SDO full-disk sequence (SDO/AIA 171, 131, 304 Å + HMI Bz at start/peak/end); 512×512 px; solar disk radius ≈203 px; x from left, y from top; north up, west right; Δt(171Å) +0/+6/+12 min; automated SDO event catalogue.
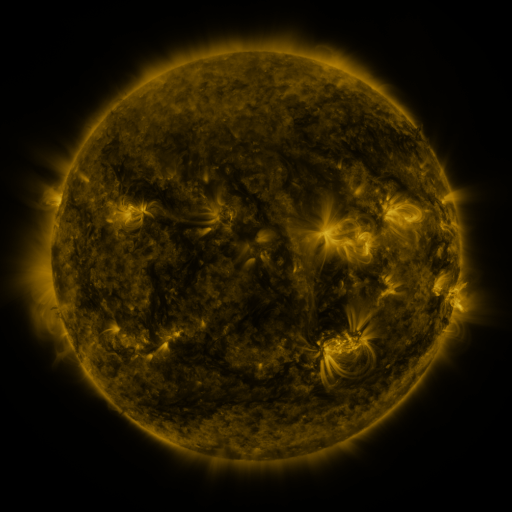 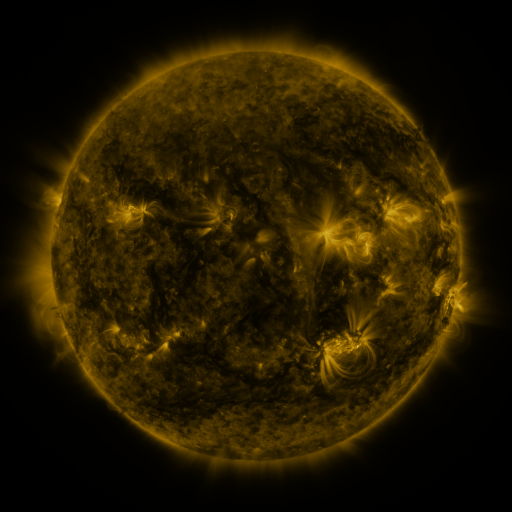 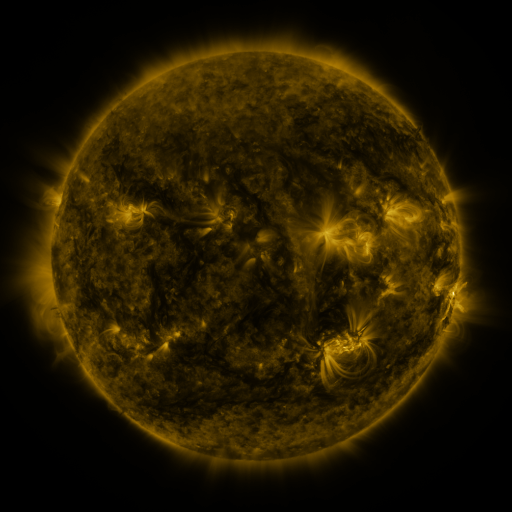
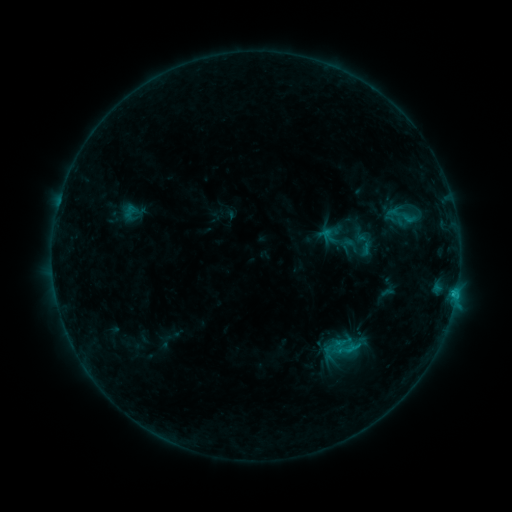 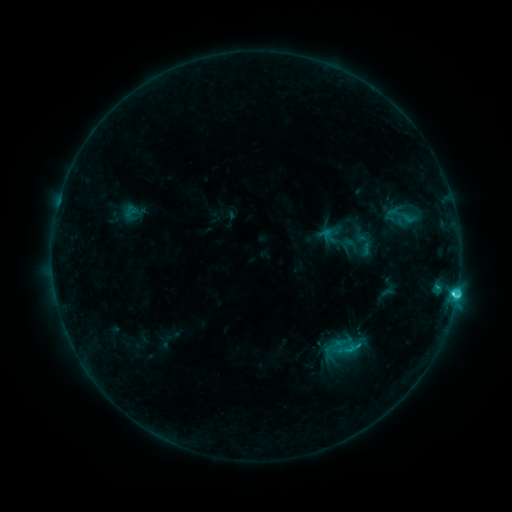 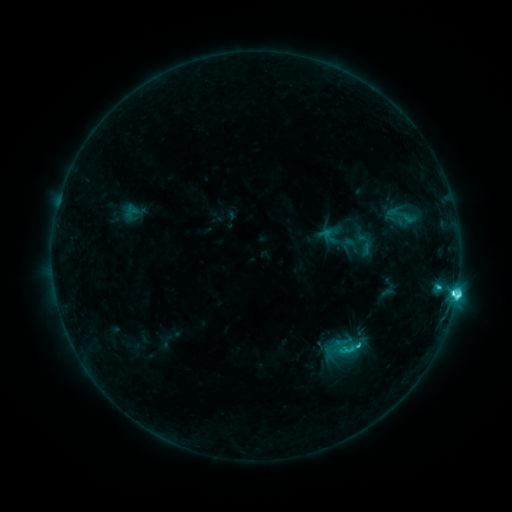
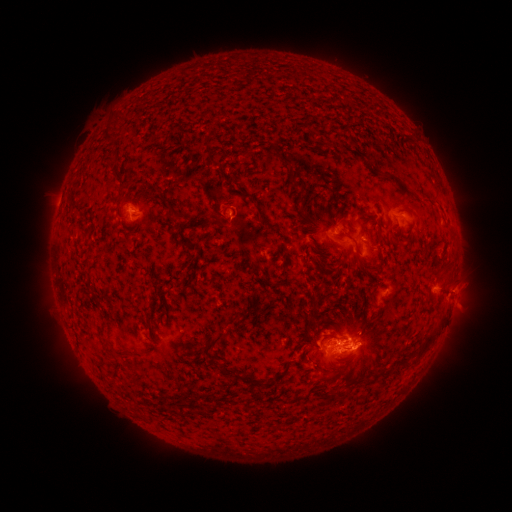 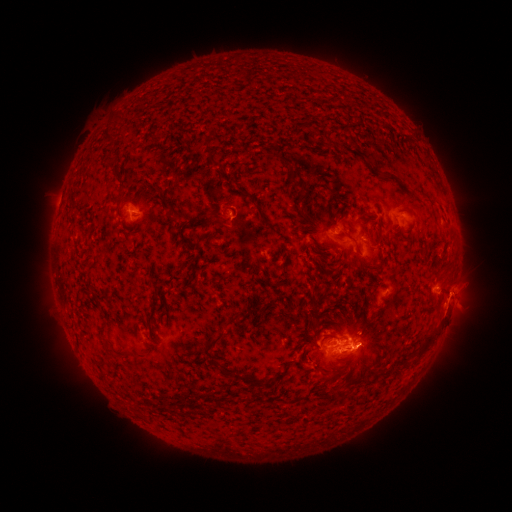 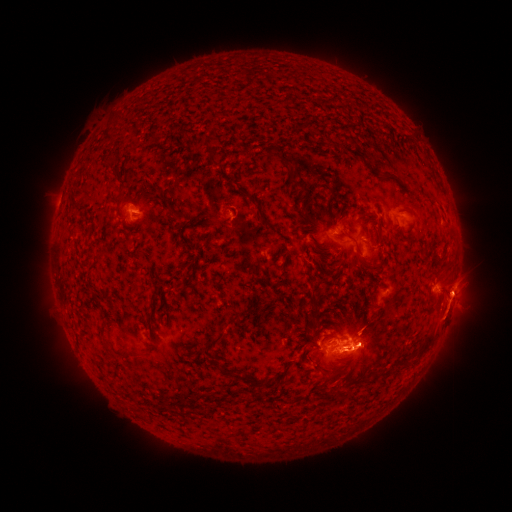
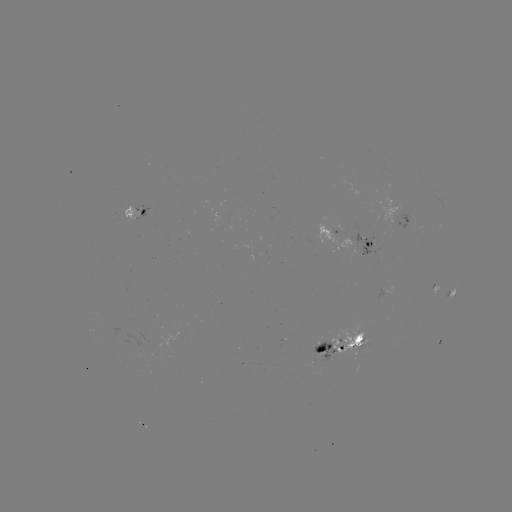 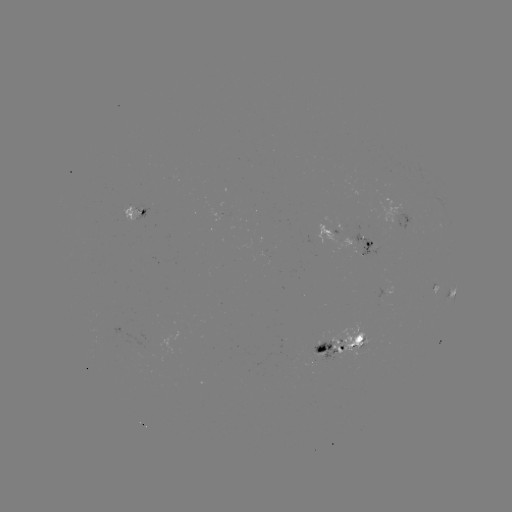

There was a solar eruption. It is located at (452, 310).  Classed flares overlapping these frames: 1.